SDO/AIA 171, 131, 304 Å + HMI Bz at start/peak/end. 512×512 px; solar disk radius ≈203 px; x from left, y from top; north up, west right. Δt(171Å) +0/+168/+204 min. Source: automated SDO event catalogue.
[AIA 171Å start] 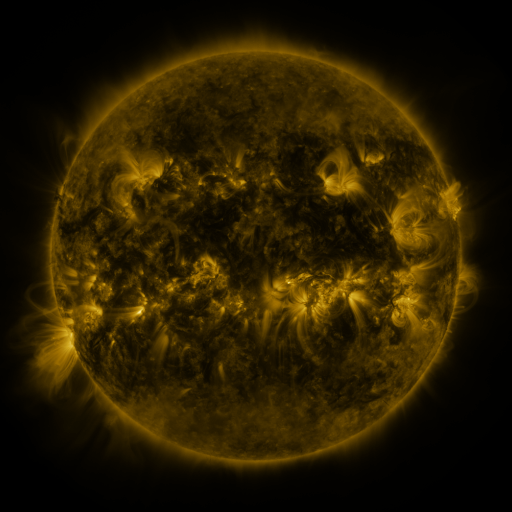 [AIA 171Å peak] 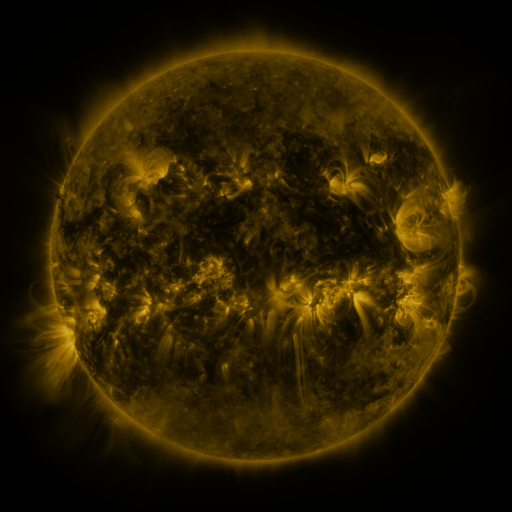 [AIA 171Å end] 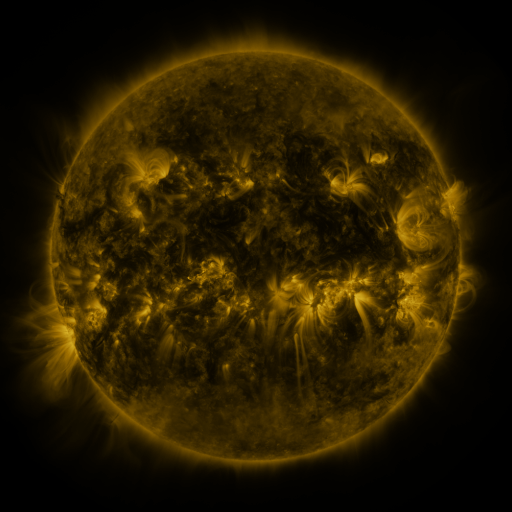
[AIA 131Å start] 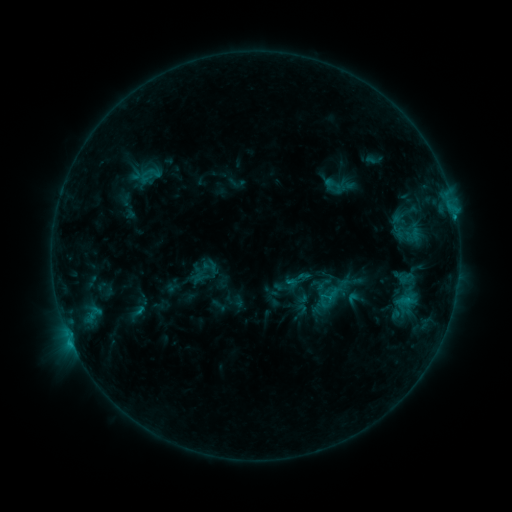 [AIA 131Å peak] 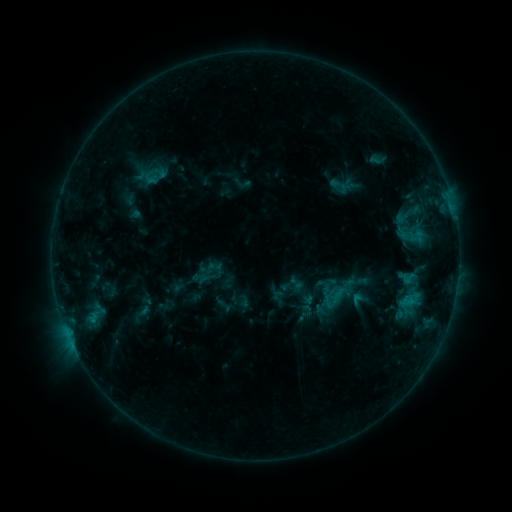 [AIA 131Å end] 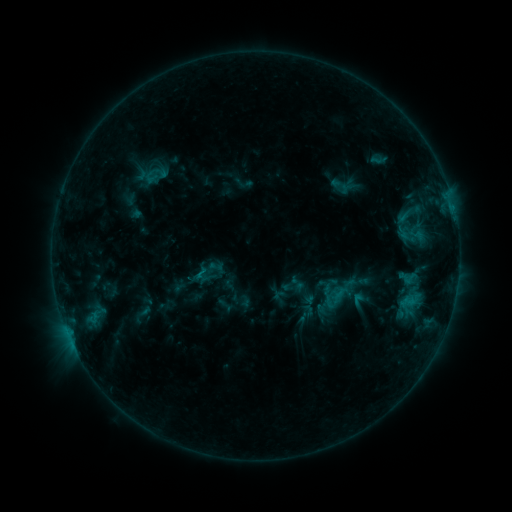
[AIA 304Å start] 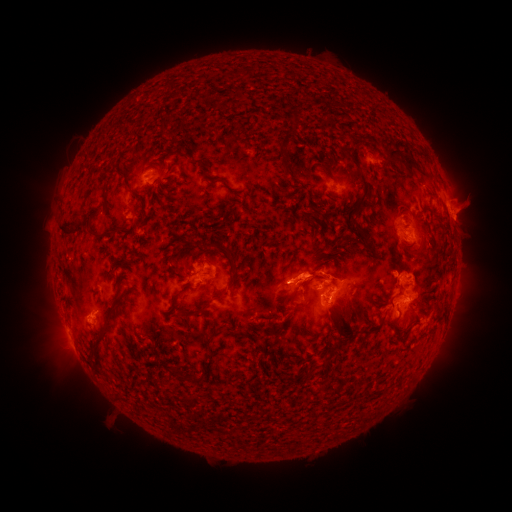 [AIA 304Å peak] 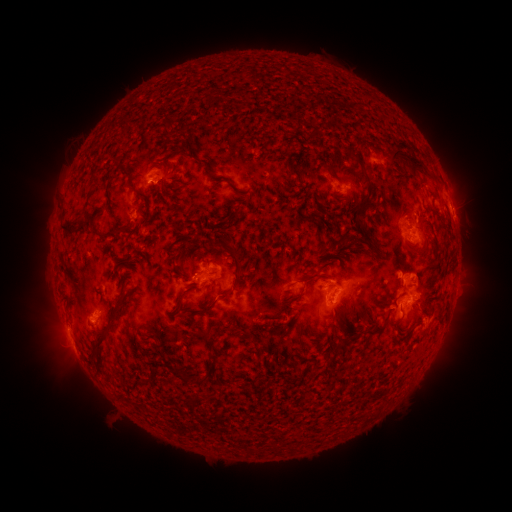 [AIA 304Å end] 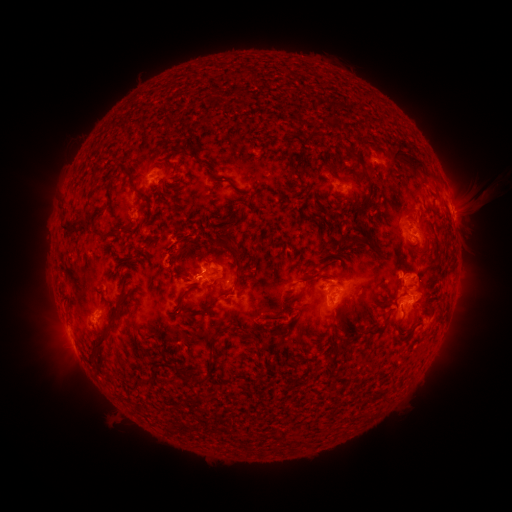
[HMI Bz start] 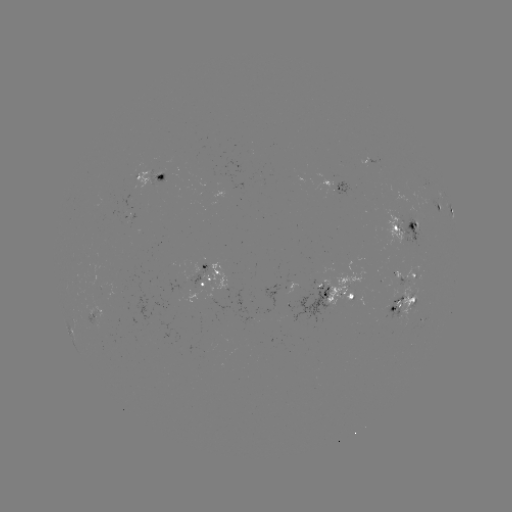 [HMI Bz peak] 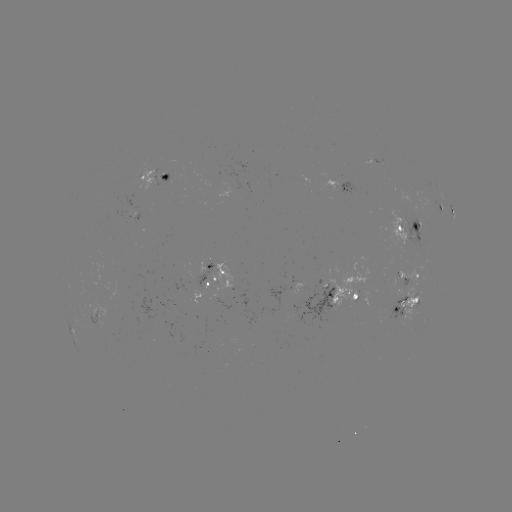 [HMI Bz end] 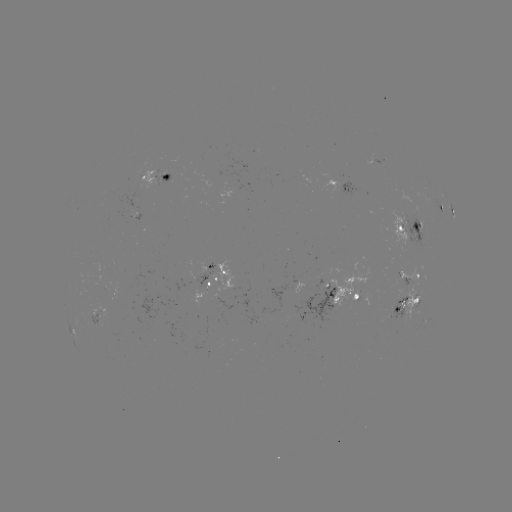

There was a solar emerging-flux region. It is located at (97, 321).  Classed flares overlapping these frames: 2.